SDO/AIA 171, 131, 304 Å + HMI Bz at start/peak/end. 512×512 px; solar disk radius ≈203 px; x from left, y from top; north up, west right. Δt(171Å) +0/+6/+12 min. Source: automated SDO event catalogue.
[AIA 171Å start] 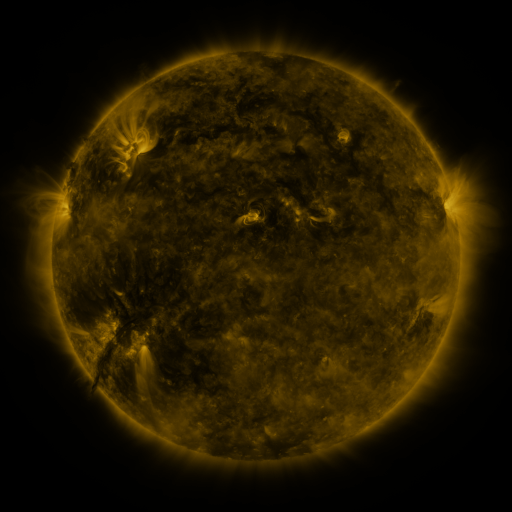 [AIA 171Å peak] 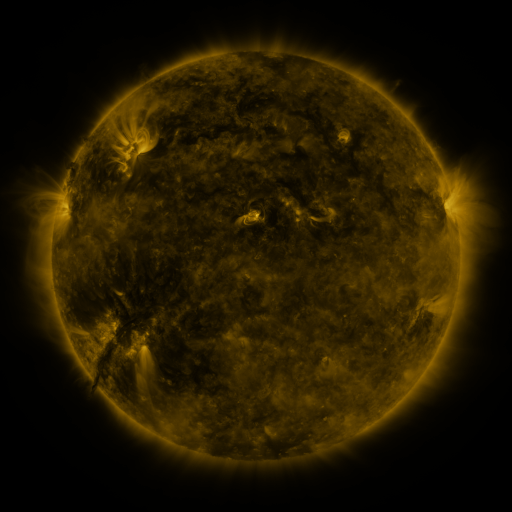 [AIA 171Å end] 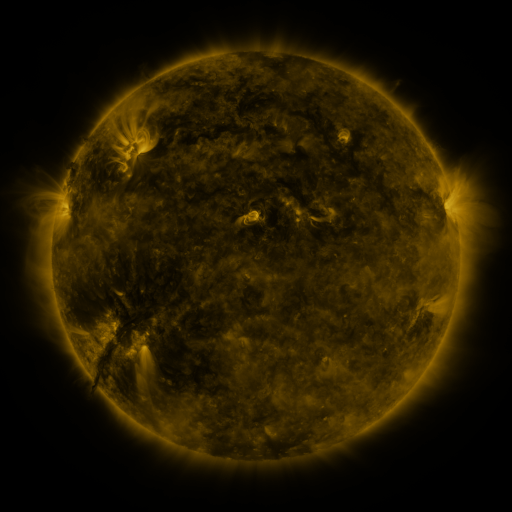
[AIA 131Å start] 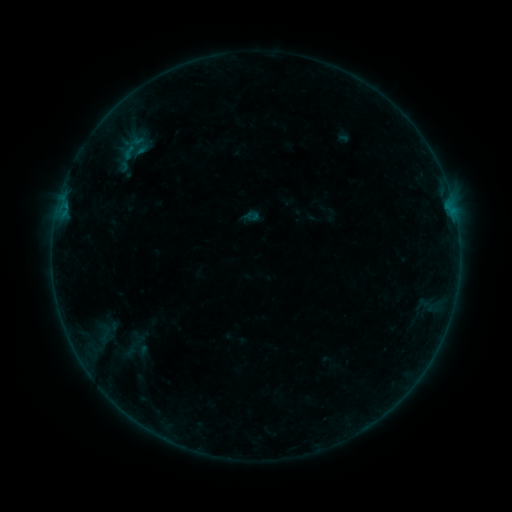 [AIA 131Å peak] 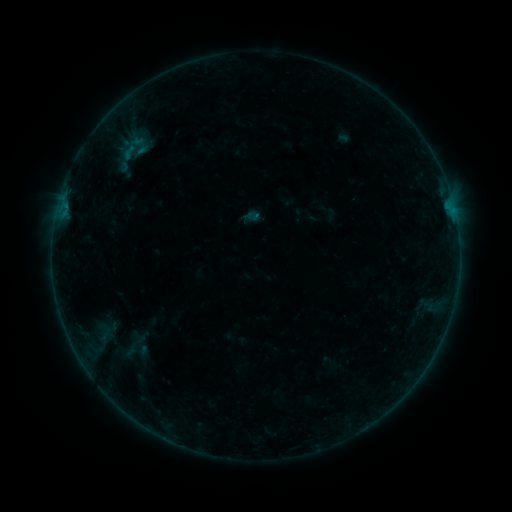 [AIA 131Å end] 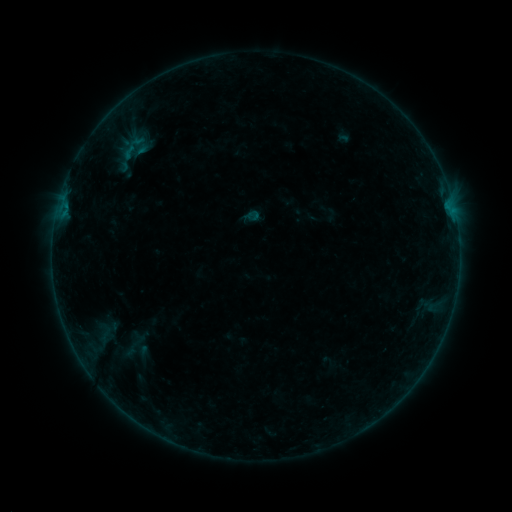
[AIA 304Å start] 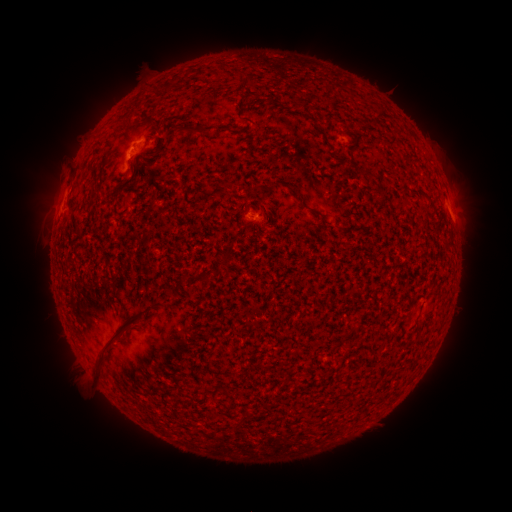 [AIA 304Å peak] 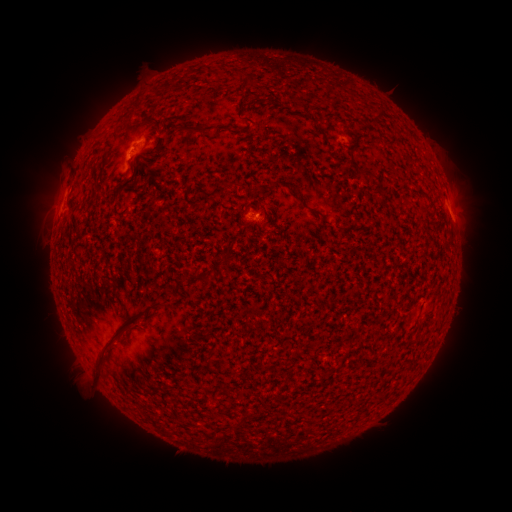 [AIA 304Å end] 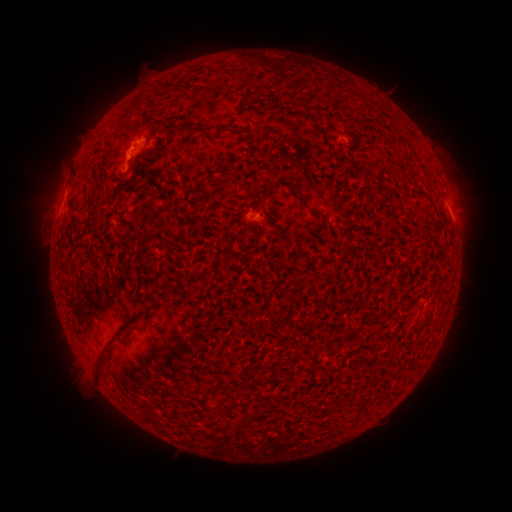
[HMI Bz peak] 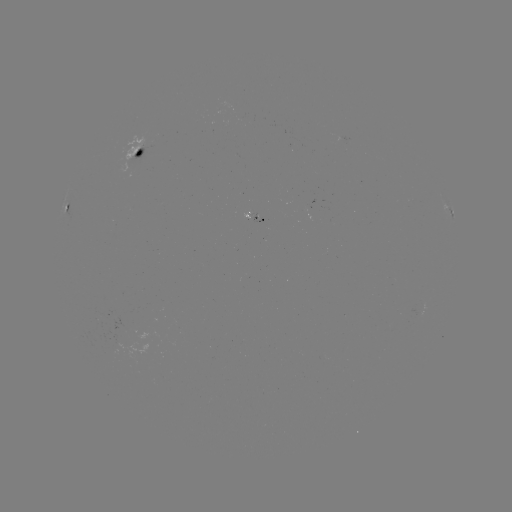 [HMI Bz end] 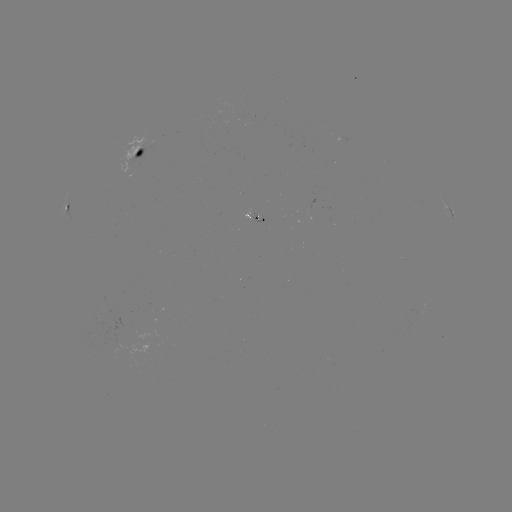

no catalogued flare and no flagged EUV brightening in this window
